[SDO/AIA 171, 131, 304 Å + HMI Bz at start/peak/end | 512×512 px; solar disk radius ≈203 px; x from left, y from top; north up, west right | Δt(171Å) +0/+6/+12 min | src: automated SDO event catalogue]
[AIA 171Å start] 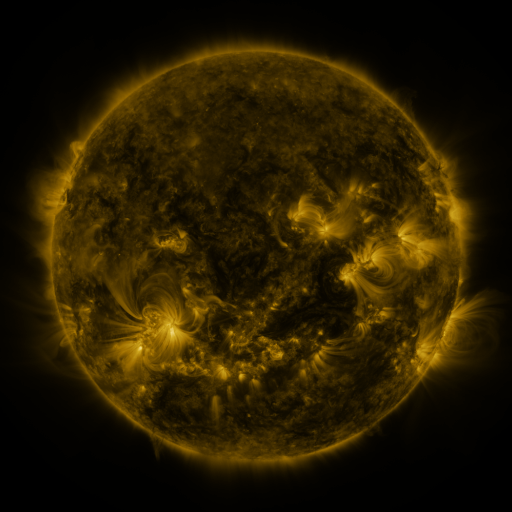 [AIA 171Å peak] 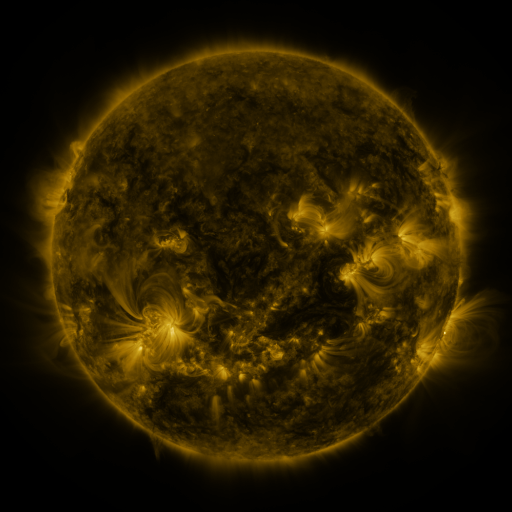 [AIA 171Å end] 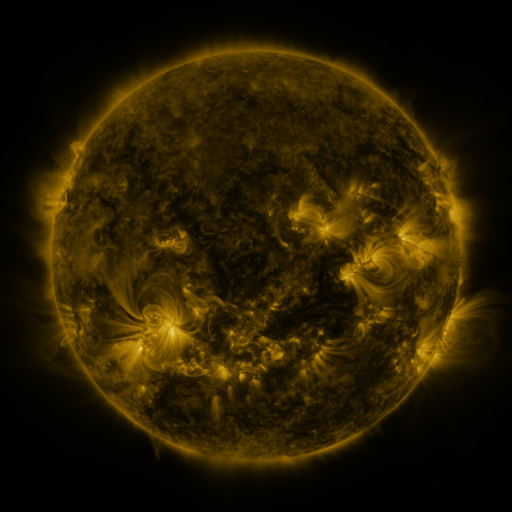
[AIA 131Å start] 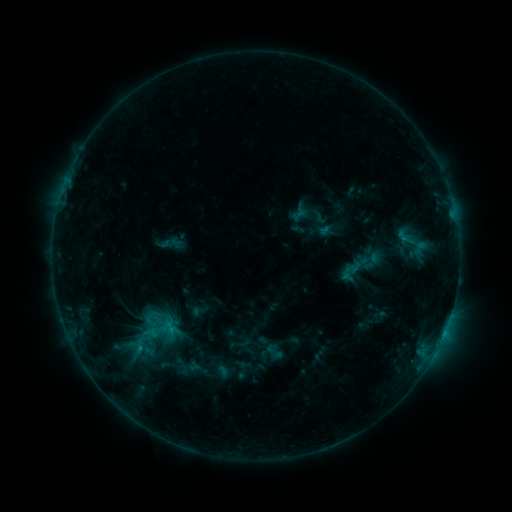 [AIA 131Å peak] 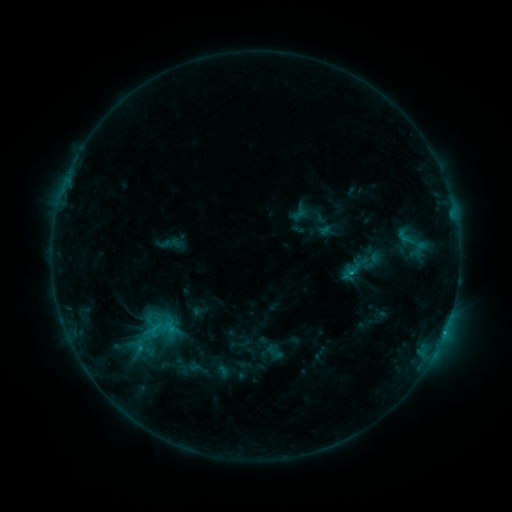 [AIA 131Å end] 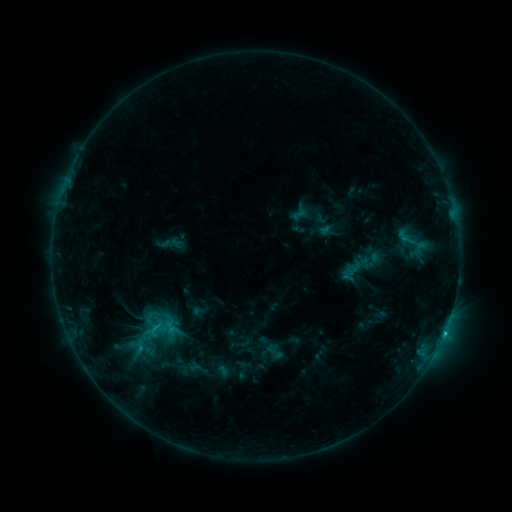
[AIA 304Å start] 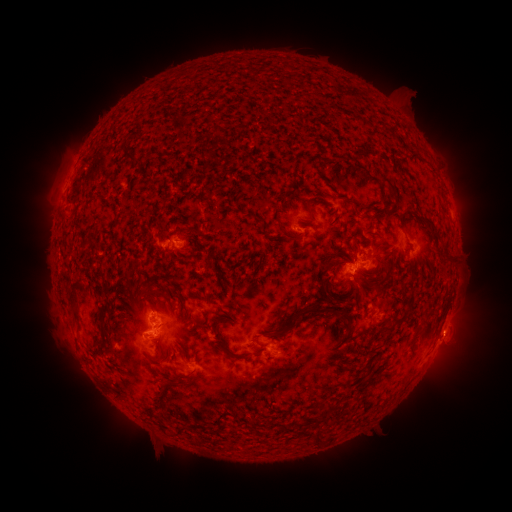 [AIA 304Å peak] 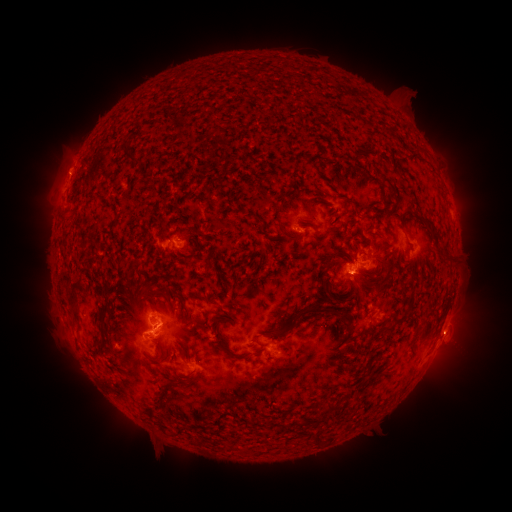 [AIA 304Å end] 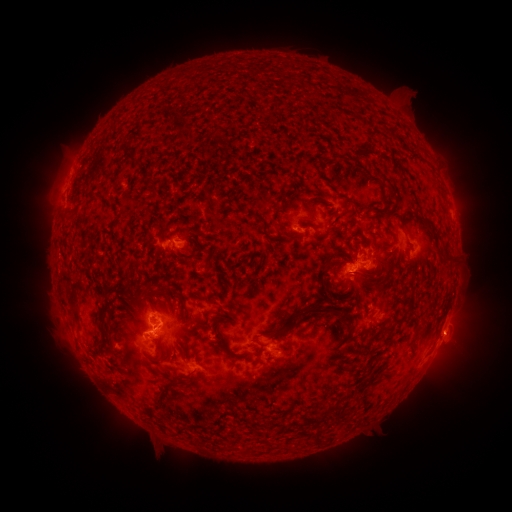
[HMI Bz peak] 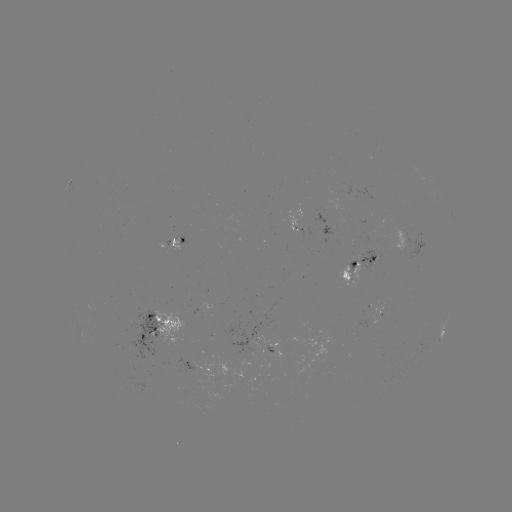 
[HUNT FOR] C1.3 flare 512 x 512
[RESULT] [445, 329]